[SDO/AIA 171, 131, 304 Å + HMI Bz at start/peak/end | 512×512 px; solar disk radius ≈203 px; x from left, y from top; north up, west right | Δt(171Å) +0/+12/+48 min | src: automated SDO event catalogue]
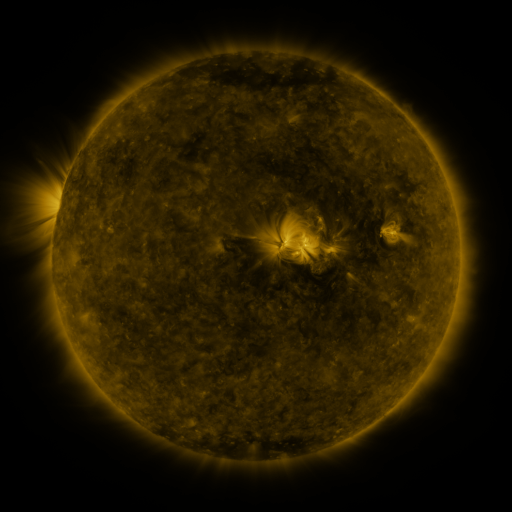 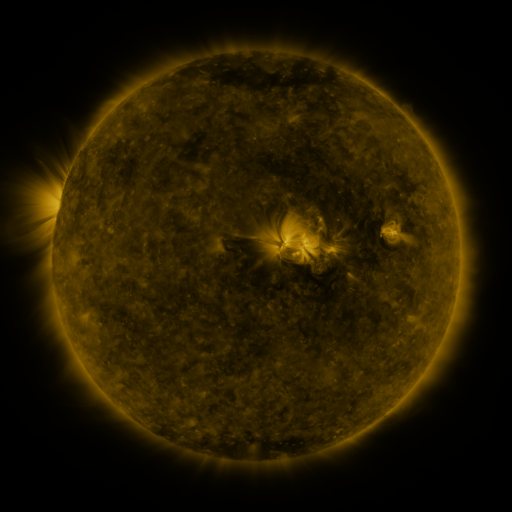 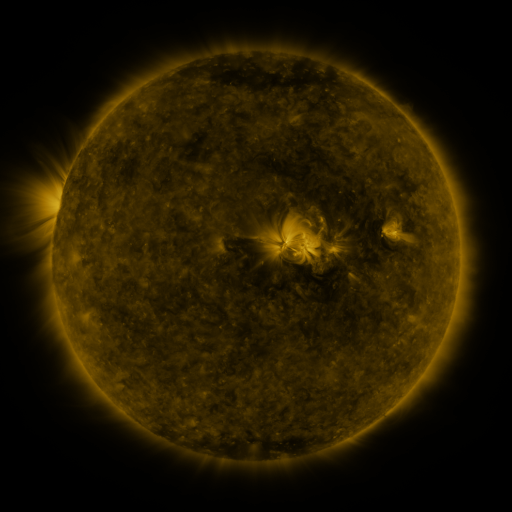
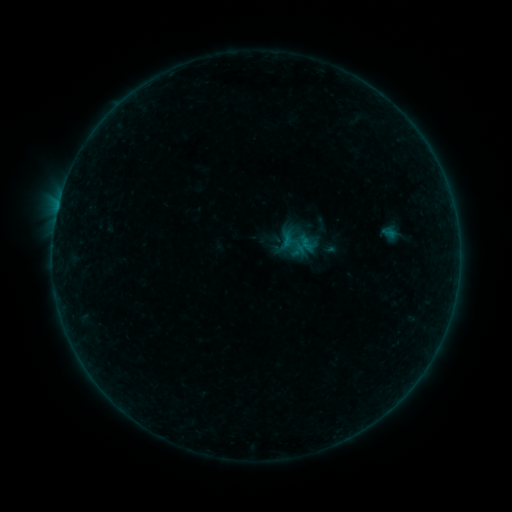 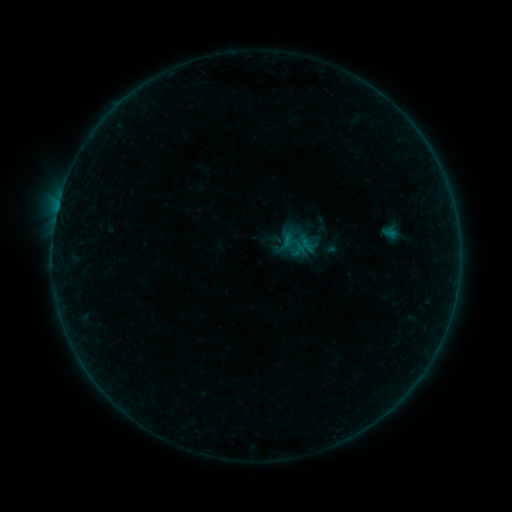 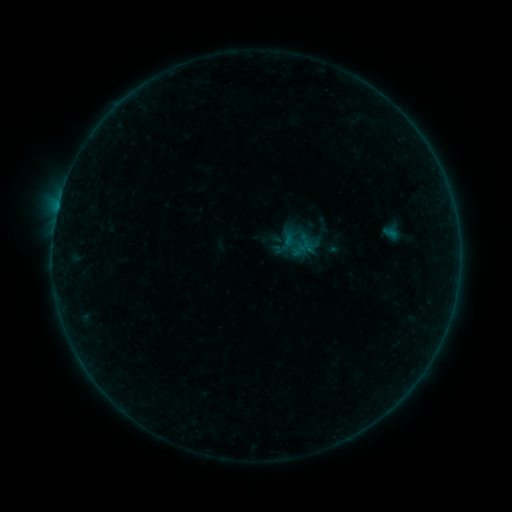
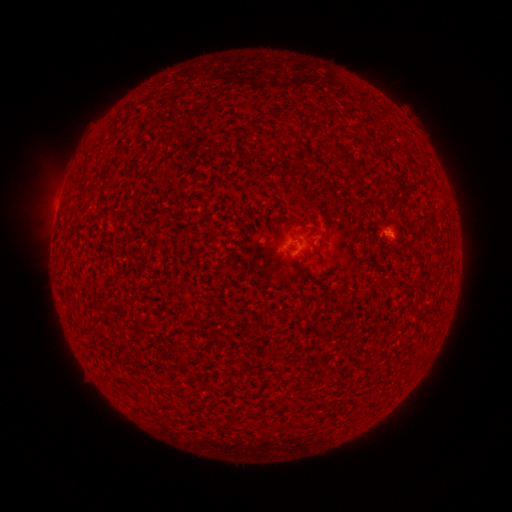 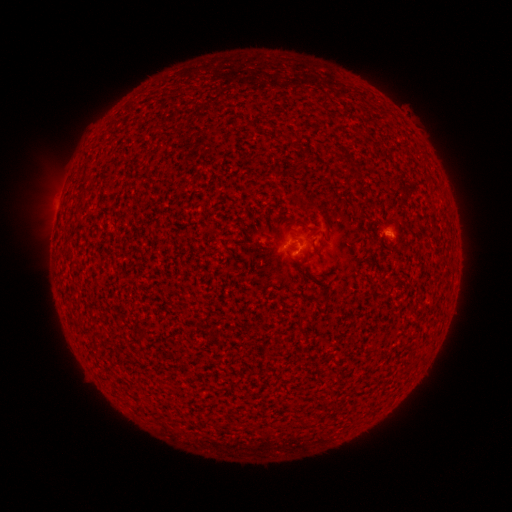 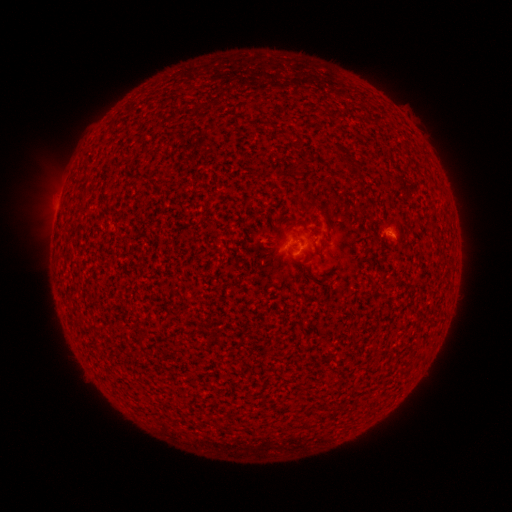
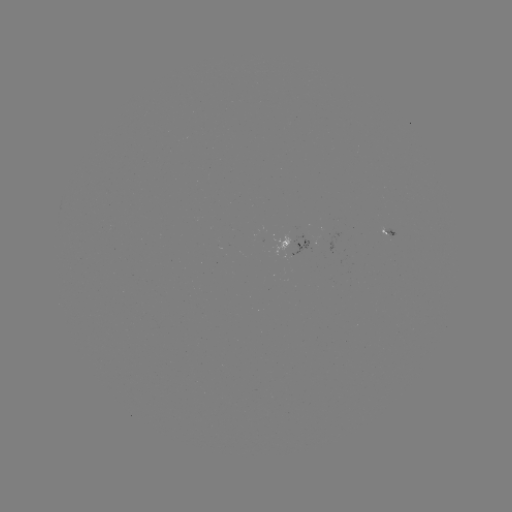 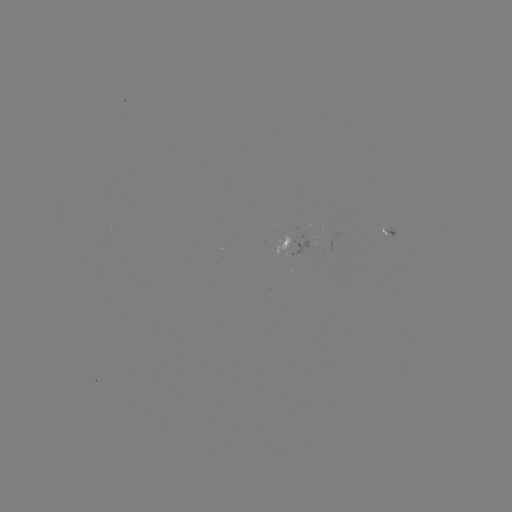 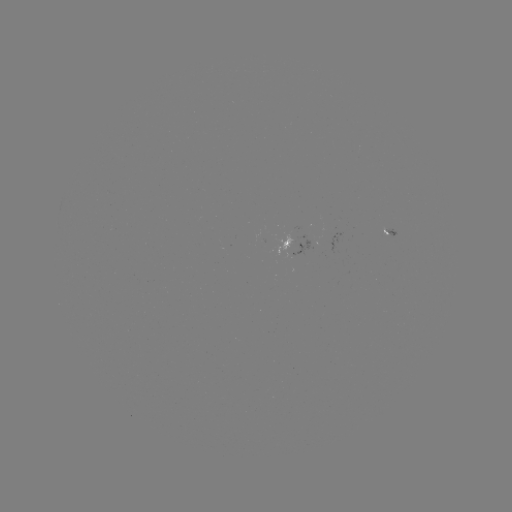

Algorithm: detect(A8.3 flare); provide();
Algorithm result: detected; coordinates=291,254